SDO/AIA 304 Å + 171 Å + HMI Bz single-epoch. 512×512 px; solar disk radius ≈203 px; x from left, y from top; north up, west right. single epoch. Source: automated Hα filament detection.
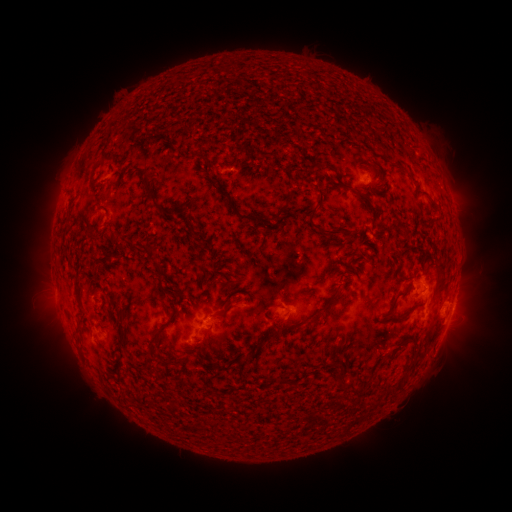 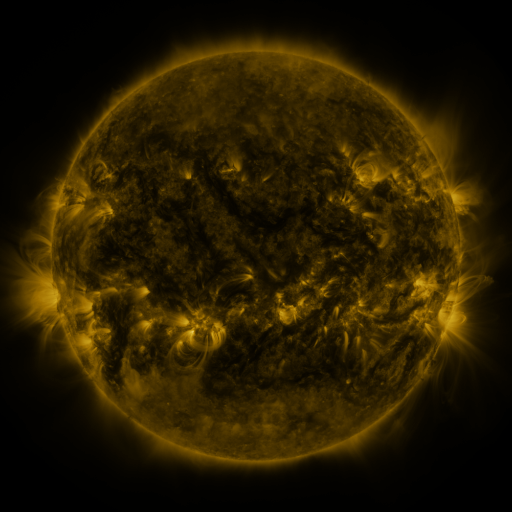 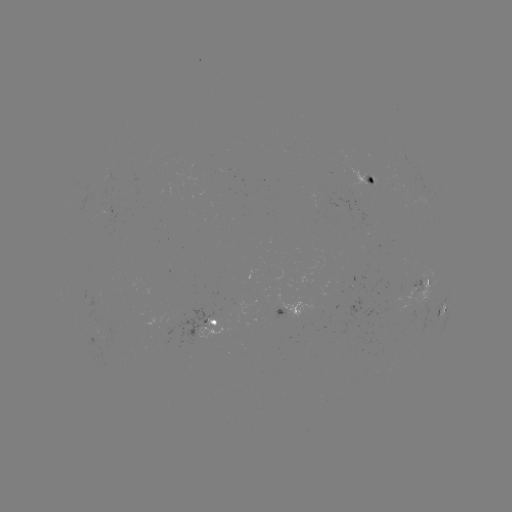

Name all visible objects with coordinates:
filament: (97, 166)
filament: (288, 166)
filament: (143, 173)
filament: (207, 177)
filament: (358, 191)
filament: (320, 195)
filament: (223, 196)
filament: (152, 201)
filament: (268, 208)
filament: (282, 209)
filament: (92, 214)
filament: (254, 217)
filament: (320, 228)
filament: (129, 245)
filament: (396, 257)
filament: (442, 275)
filament: (230, 288)
filament: (78, 297)
filament: (394, 300)
filament: (278, 304)
filament: (229, 306)
filament: (325, 308)
filament: (179, 310)
filament: (408, 311)
filament: (276, 333)
filament: (125, 337)
filament: (397, 344)
filament: (256, 354)
filament: (149, 357)
filament: (414, 359)
filament: (172, 363)
filament: (343, 372)
filament: (362, 387)
